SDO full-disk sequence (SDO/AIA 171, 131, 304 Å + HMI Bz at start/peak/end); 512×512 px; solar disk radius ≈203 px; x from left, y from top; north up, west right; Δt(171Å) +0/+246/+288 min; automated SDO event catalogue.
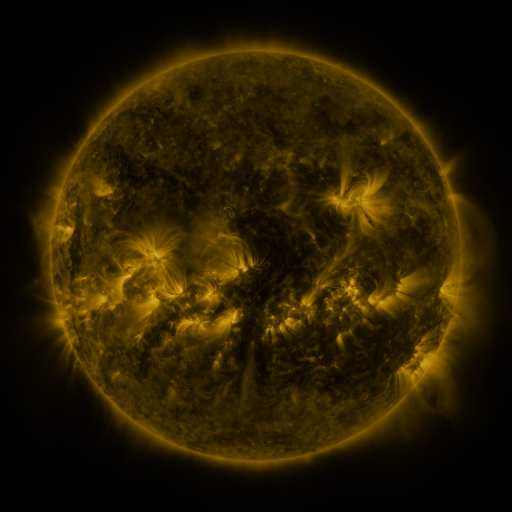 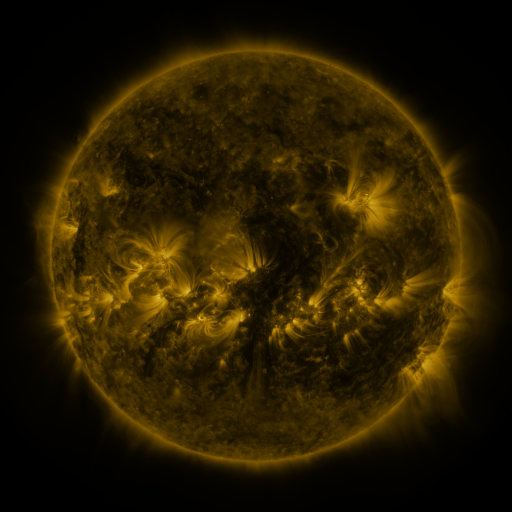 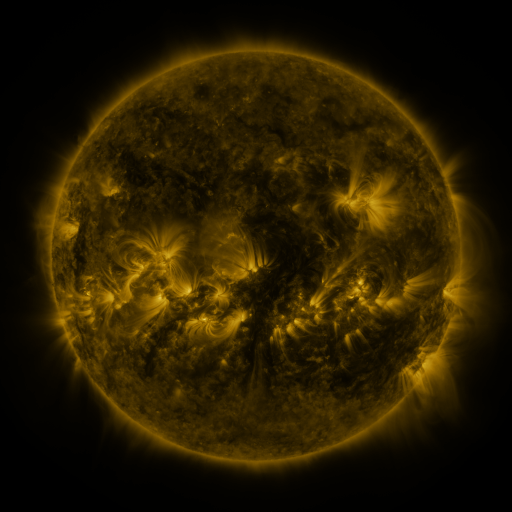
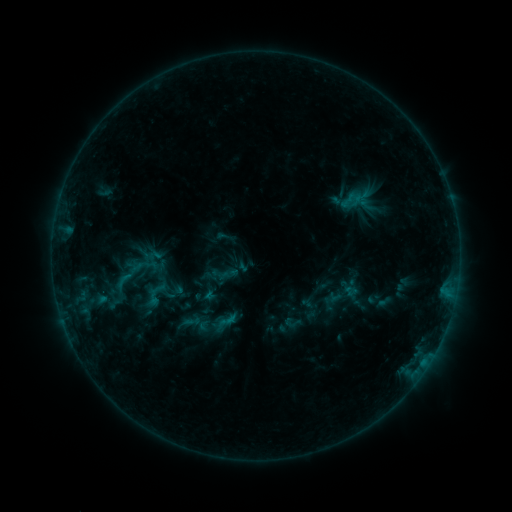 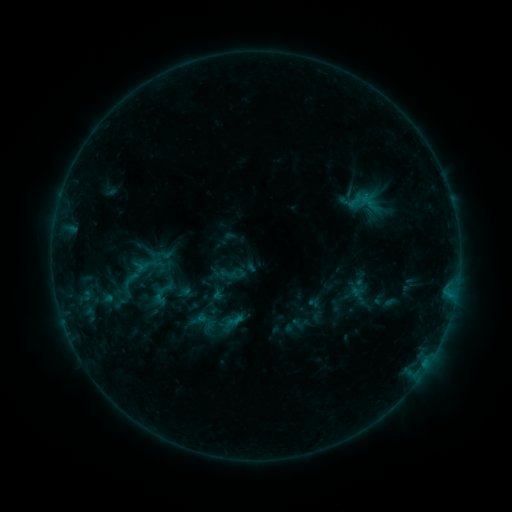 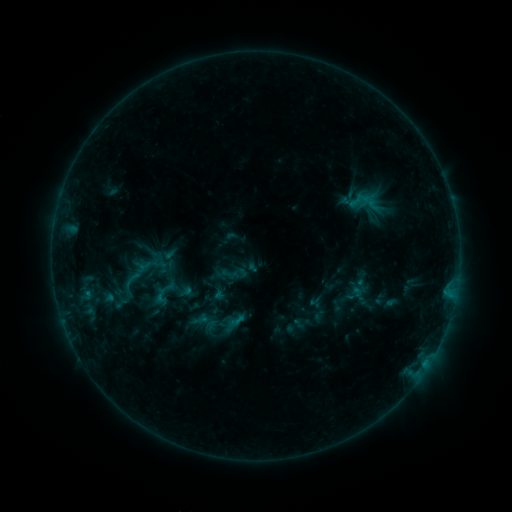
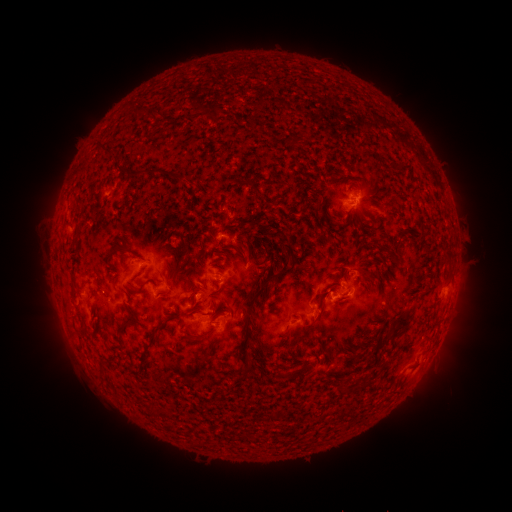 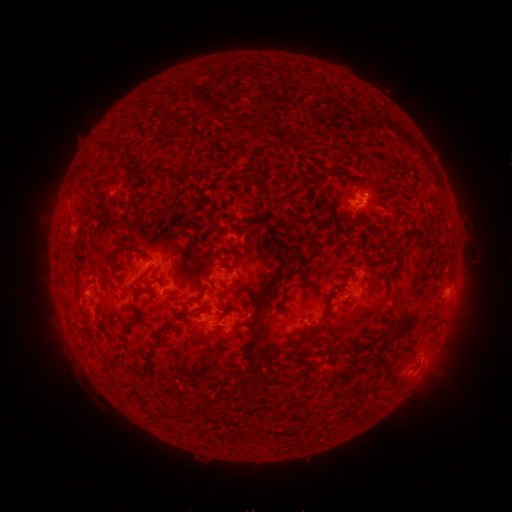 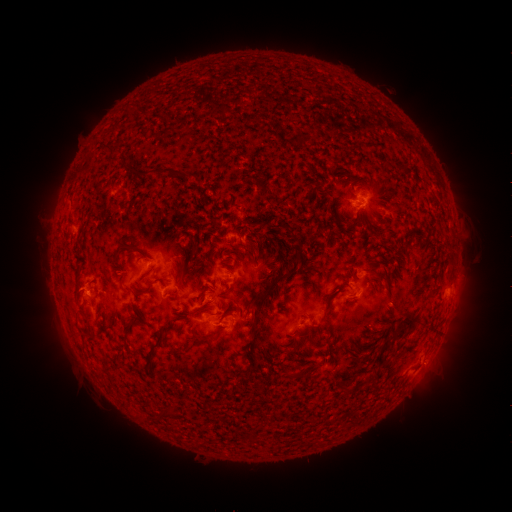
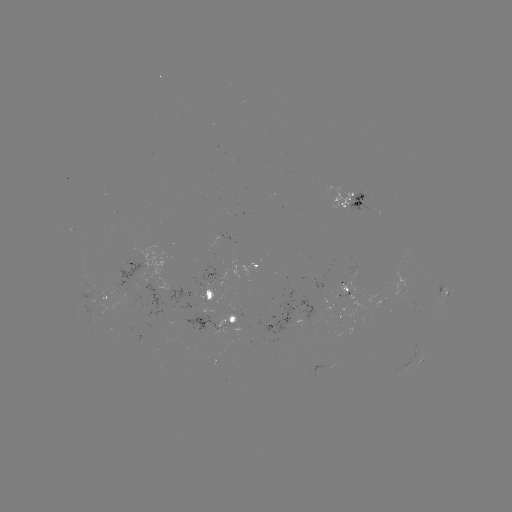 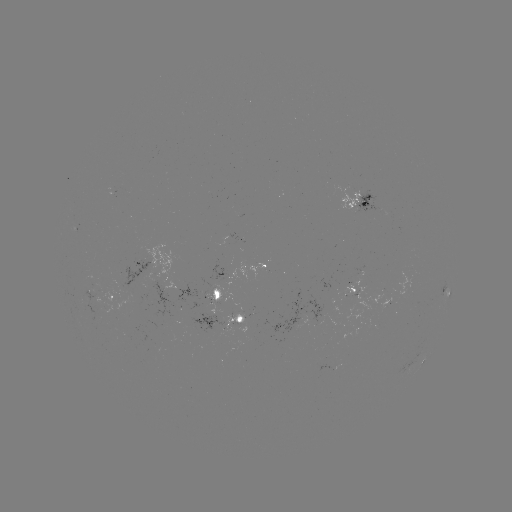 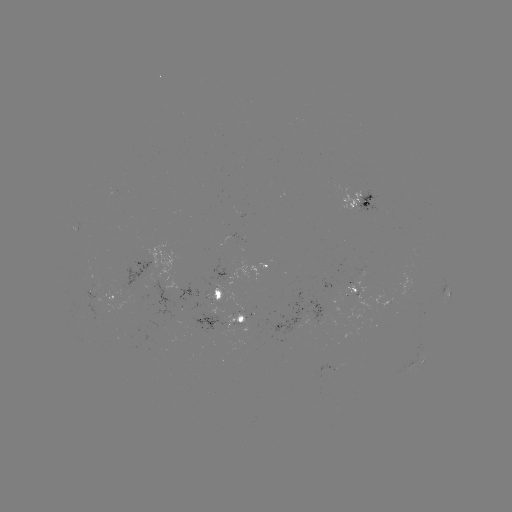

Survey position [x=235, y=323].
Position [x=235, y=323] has emerging-flux region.